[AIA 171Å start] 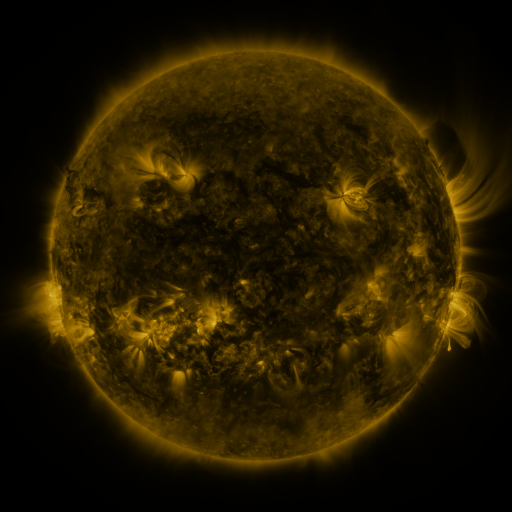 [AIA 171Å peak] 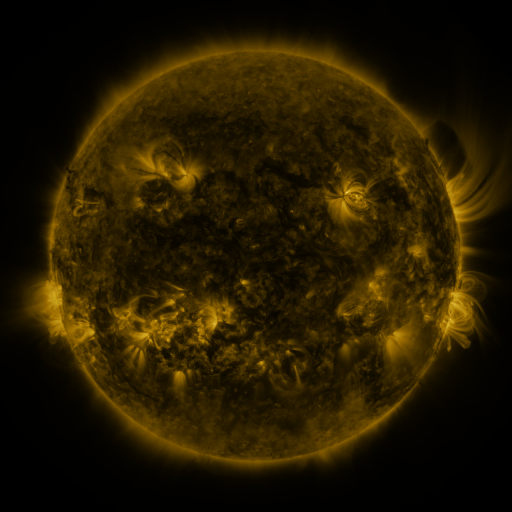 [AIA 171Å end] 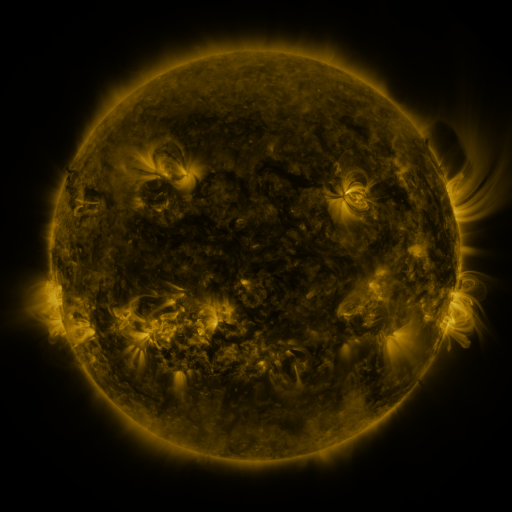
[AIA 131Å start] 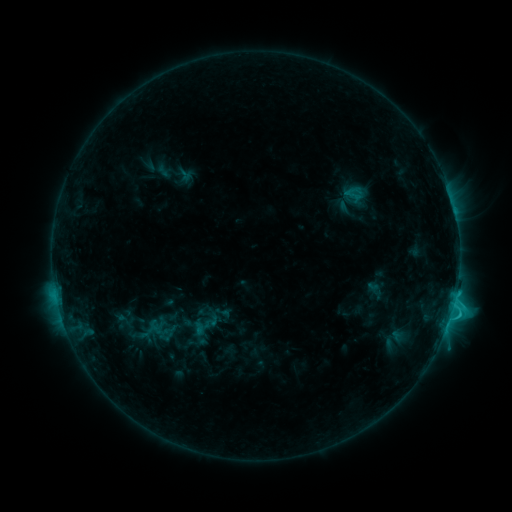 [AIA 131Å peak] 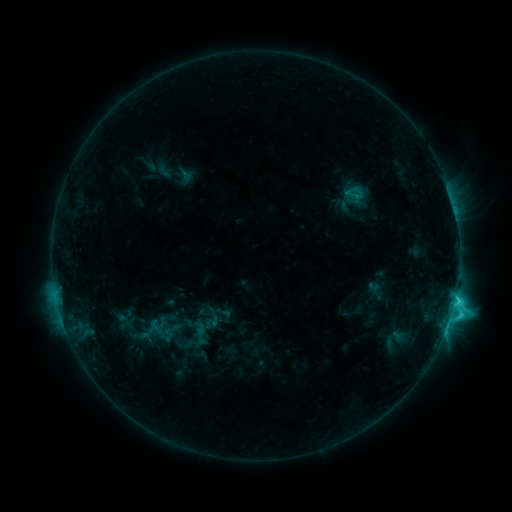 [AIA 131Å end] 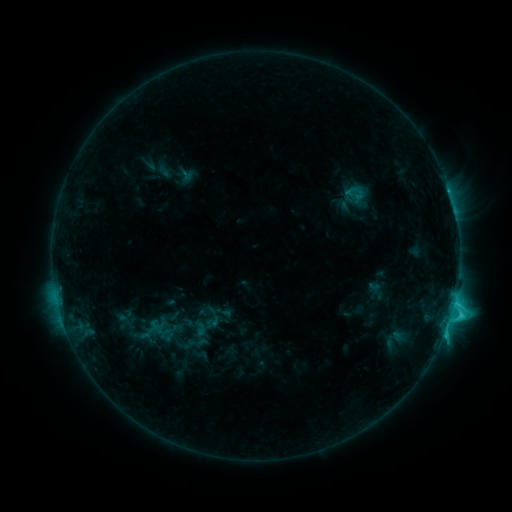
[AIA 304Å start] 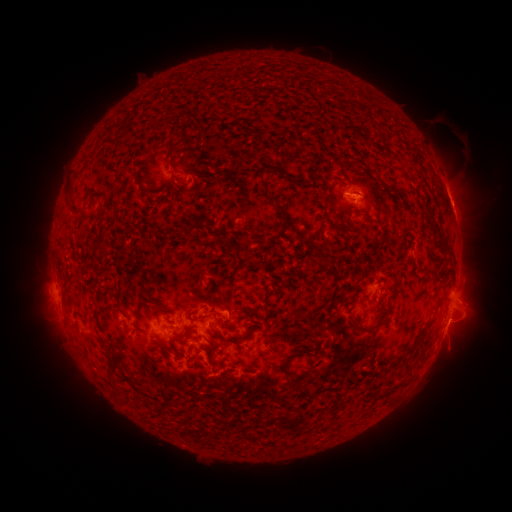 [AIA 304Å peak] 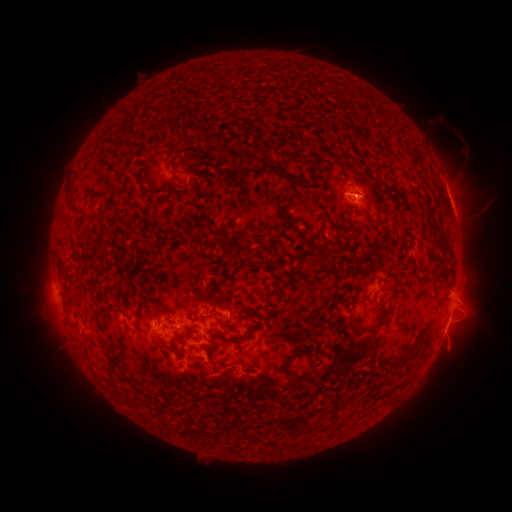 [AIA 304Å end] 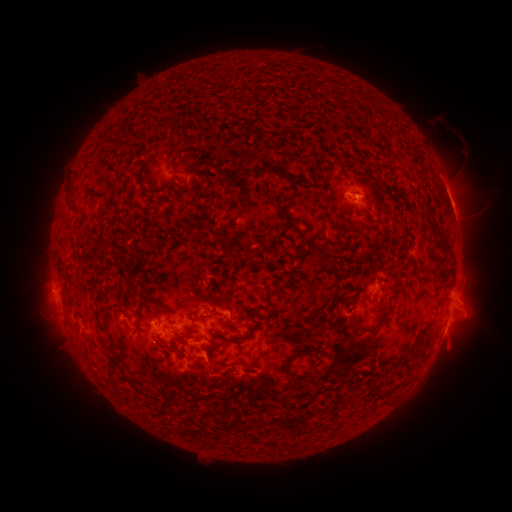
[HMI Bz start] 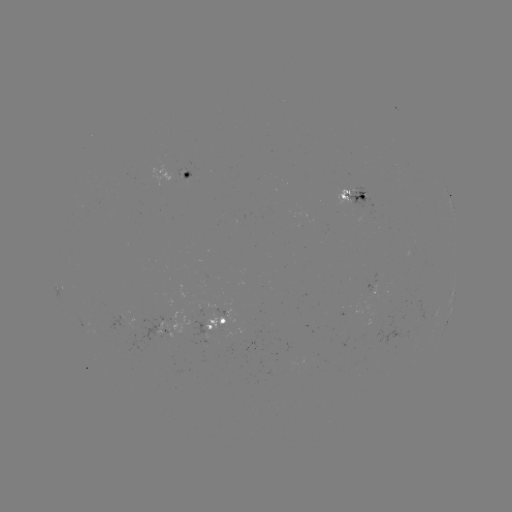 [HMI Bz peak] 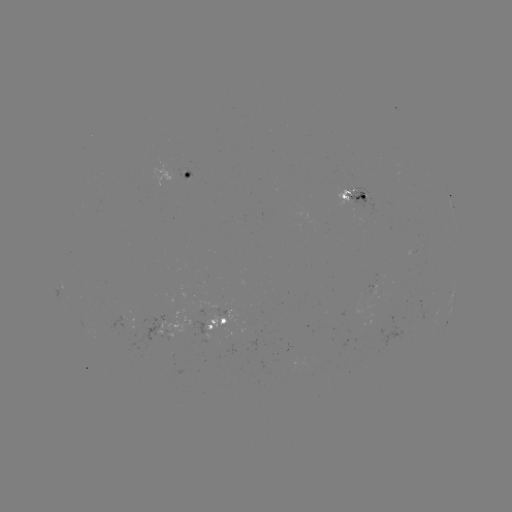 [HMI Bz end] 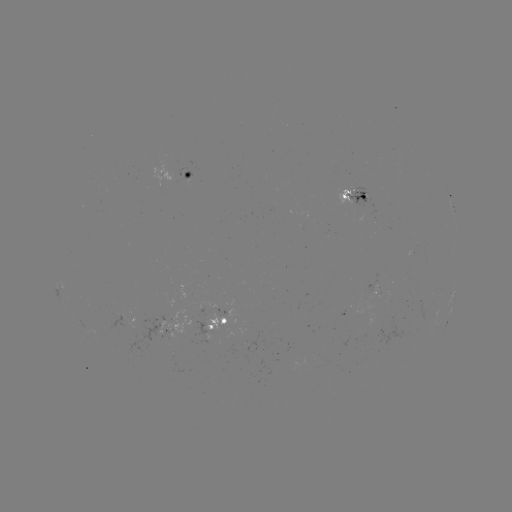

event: flare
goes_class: C4.4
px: (454, 298)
